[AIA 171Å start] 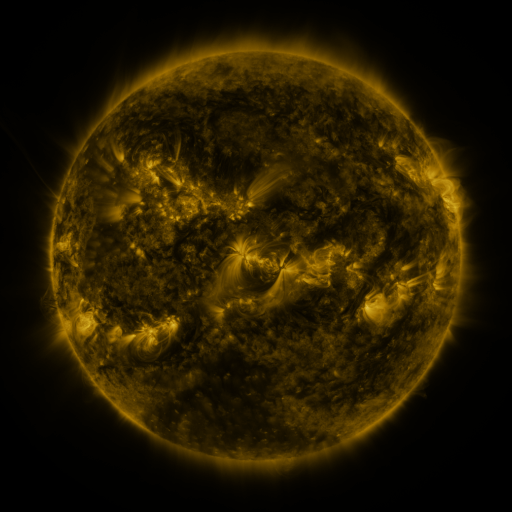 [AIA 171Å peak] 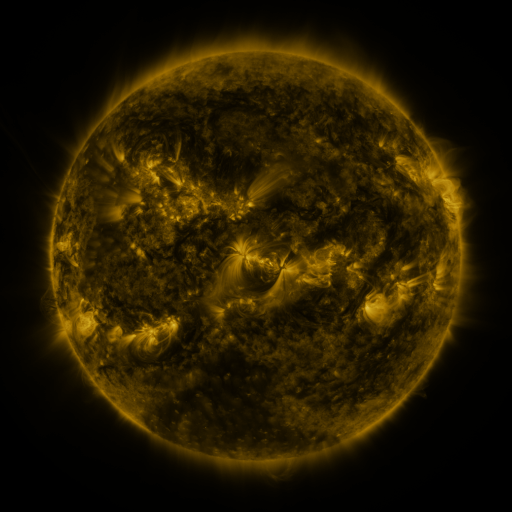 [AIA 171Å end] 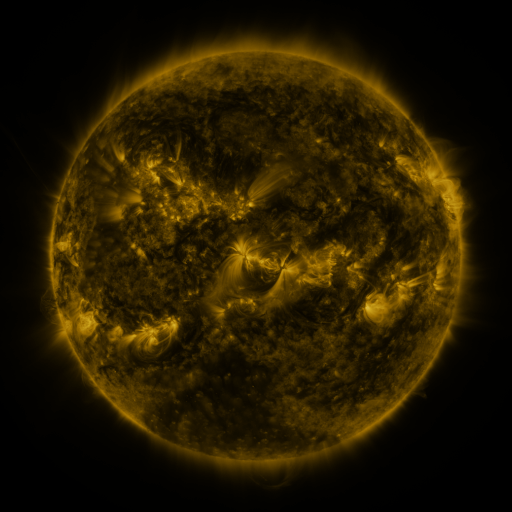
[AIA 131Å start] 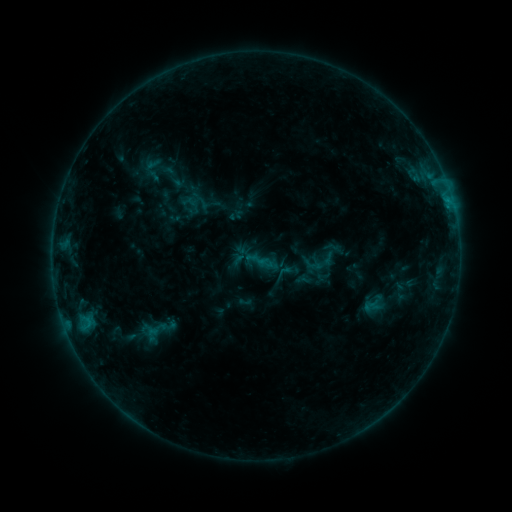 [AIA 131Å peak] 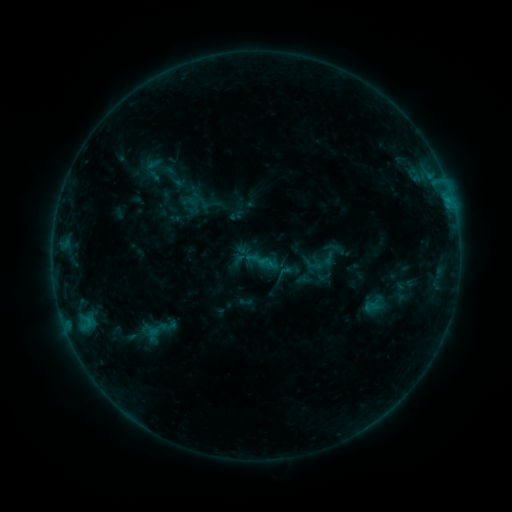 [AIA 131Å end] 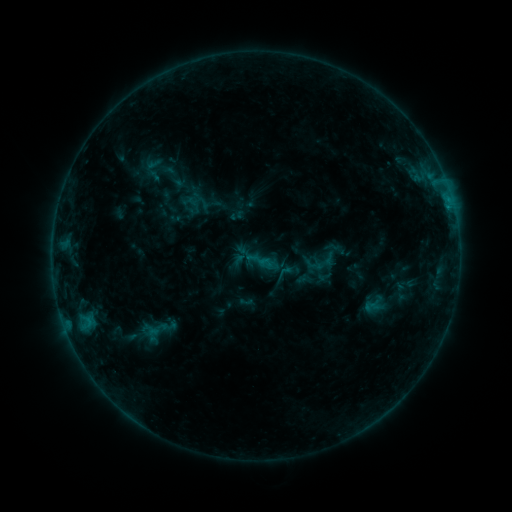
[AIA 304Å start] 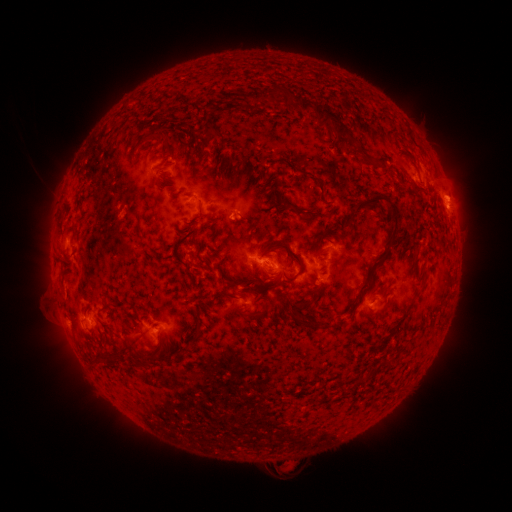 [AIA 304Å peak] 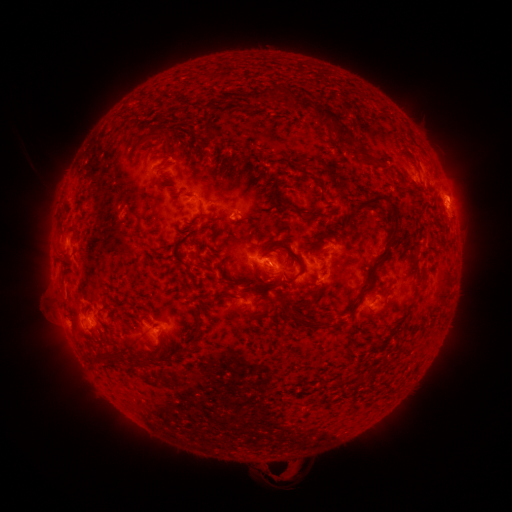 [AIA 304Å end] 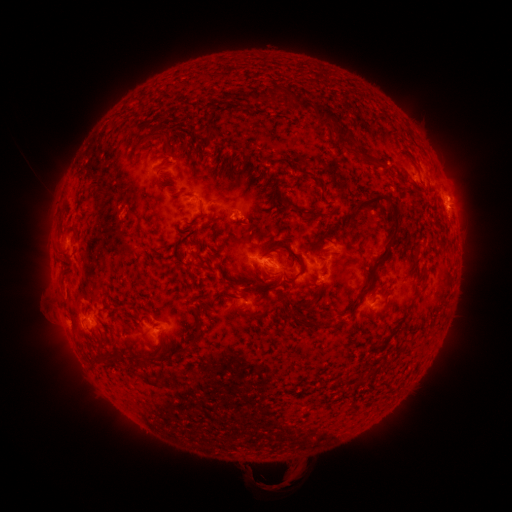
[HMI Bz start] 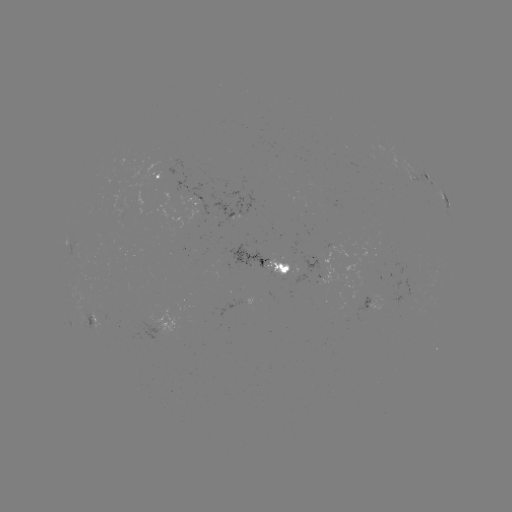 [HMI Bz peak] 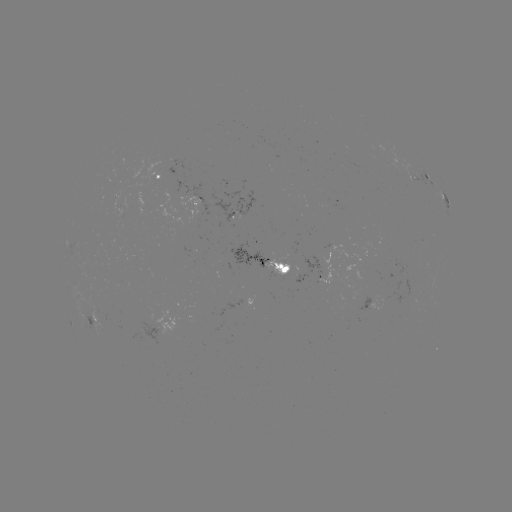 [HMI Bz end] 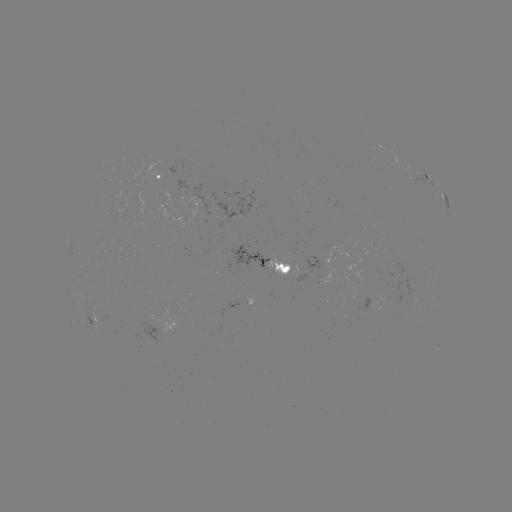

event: eruption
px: (274, 473)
